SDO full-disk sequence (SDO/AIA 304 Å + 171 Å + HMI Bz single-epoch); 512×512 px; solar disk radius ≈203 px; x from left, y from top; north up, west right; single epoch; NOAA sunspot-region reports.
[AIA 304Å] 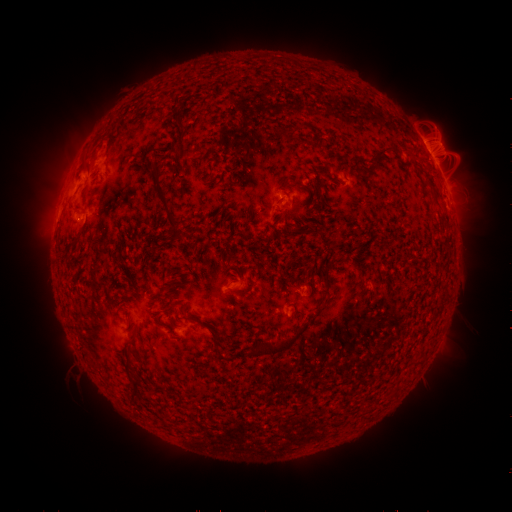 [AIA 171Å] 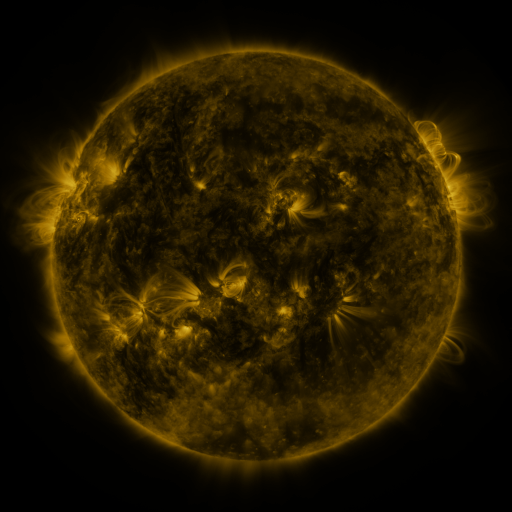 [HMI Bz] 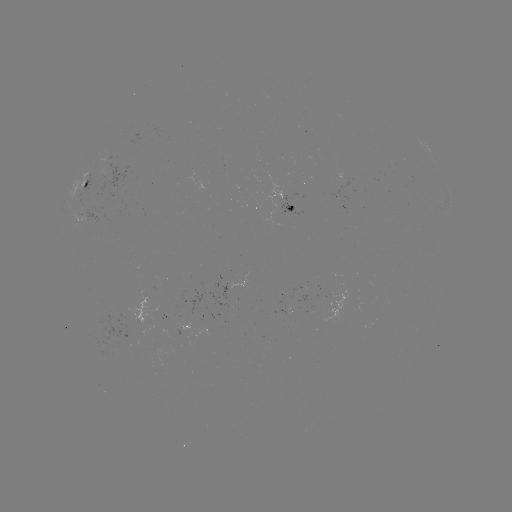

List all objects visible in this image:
spotted active region: (433, 157)
spotted active region: (101, 188)
spotted active region: (294, 208)
